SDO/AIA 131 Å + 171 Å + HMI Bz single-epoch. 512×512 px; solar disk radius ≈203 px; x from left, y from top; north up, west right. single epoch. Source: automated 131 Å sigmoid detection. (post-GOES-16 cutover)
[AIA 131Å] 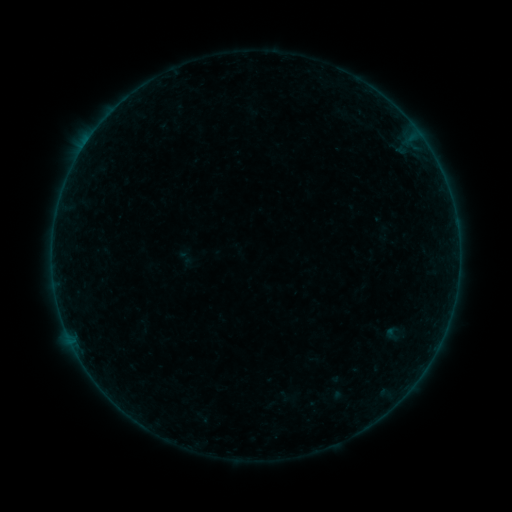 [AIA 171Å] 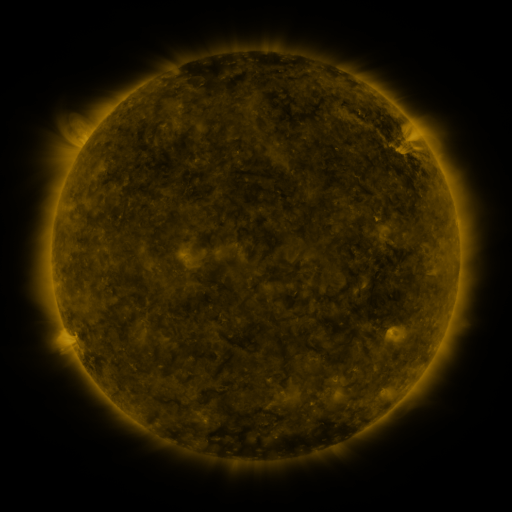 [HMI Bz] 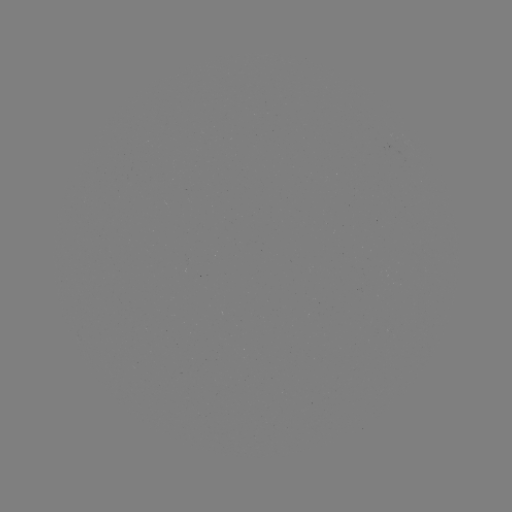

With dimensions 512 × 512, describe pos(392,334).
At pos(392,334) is sigmoid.